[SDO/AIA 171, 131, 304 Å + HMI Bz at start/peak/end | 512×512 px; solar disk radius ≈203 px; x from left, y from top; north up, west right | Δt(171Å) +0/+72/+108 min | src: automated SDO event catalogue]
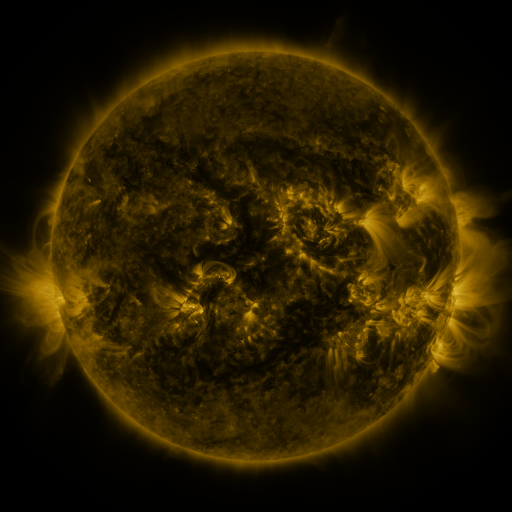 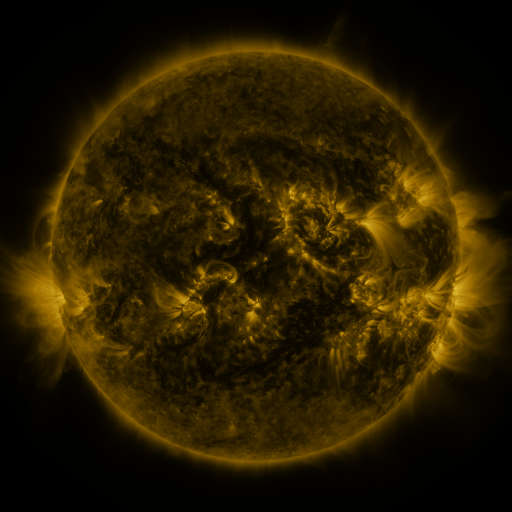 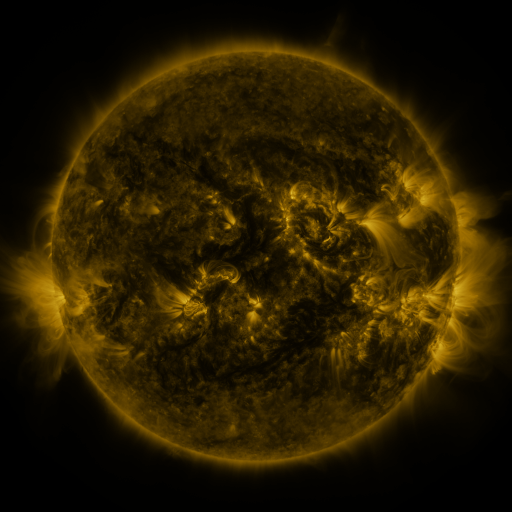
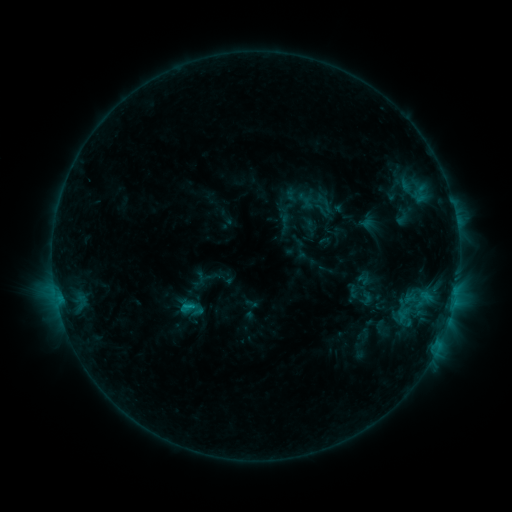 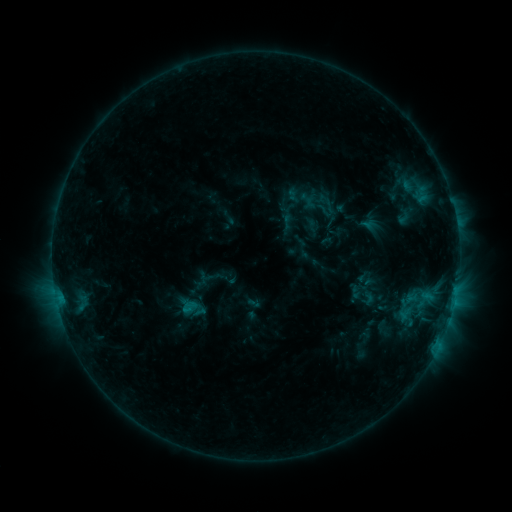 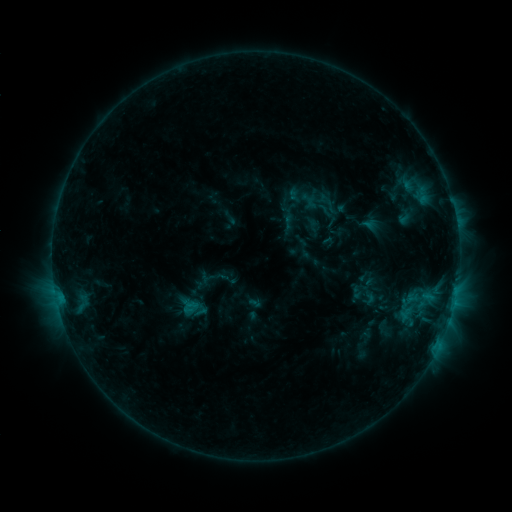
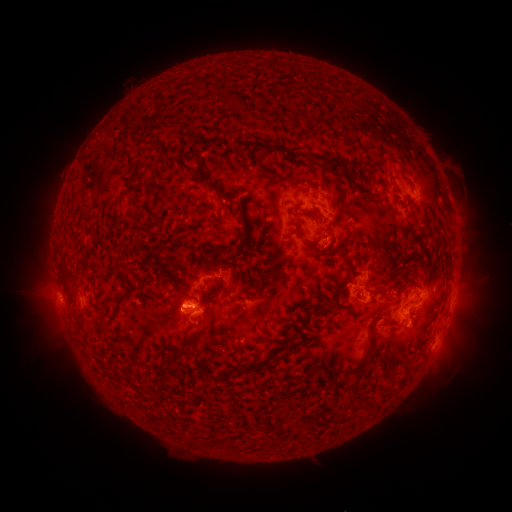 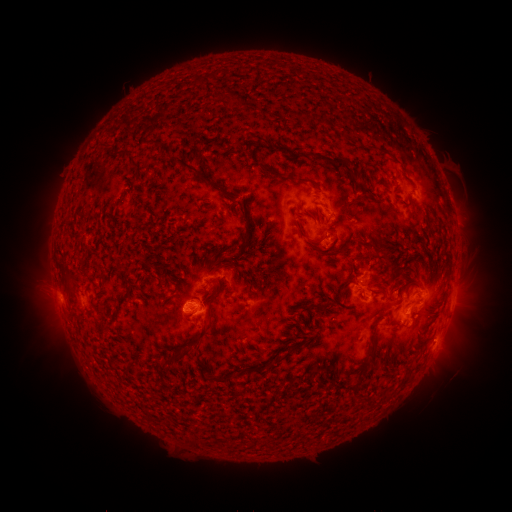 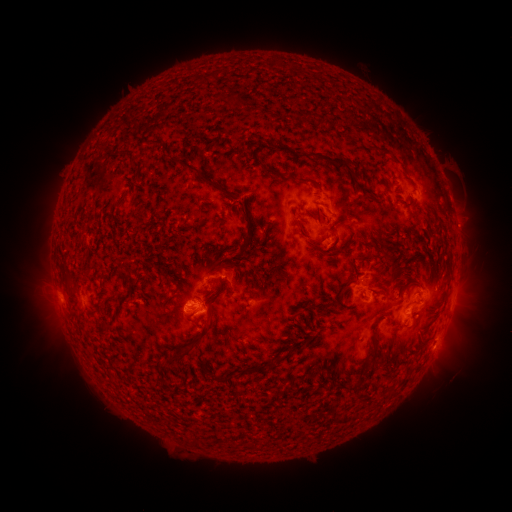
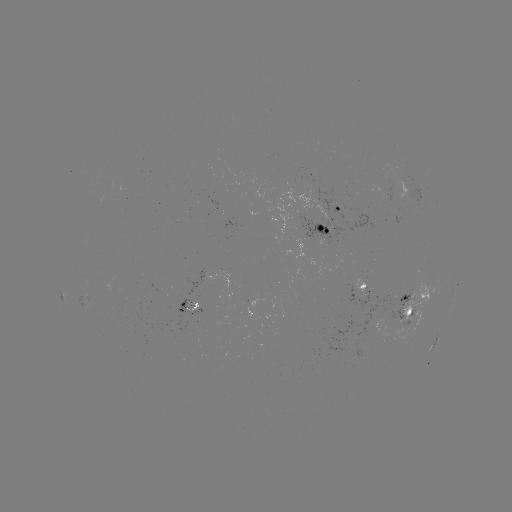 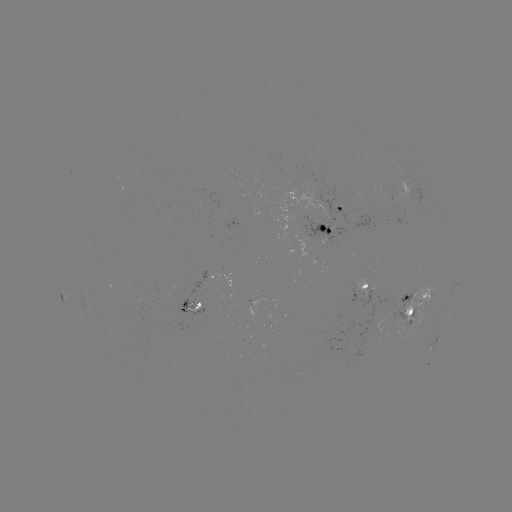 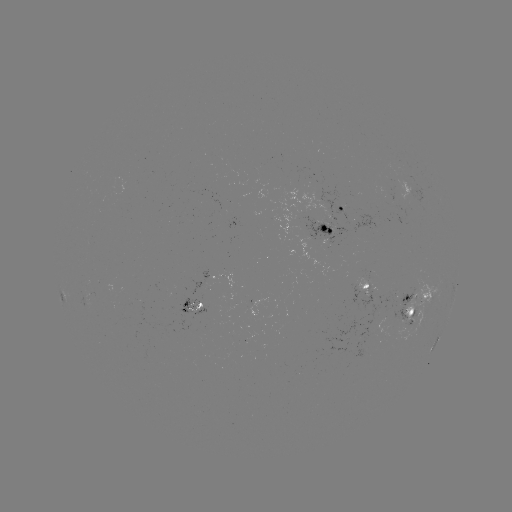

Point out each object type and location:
emerging-flux region: (325, 237)
